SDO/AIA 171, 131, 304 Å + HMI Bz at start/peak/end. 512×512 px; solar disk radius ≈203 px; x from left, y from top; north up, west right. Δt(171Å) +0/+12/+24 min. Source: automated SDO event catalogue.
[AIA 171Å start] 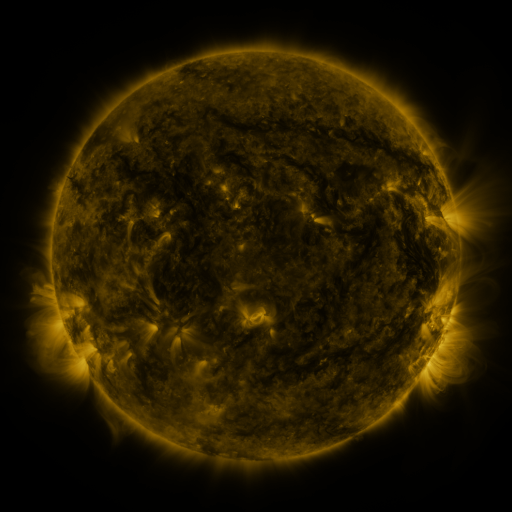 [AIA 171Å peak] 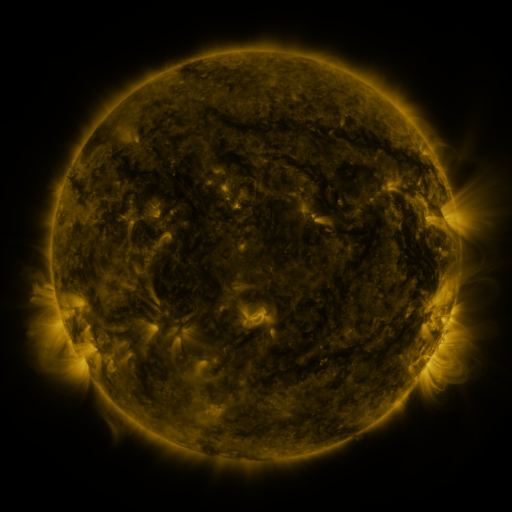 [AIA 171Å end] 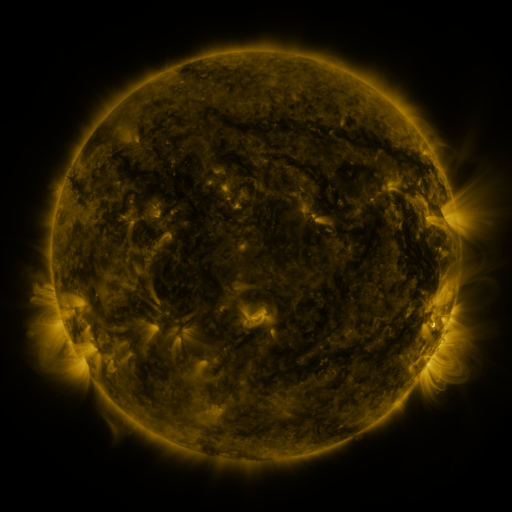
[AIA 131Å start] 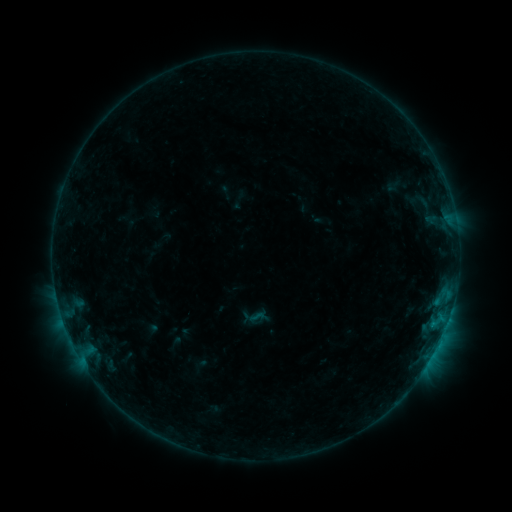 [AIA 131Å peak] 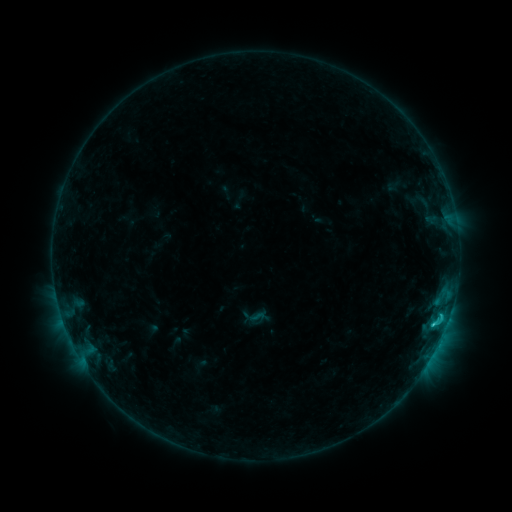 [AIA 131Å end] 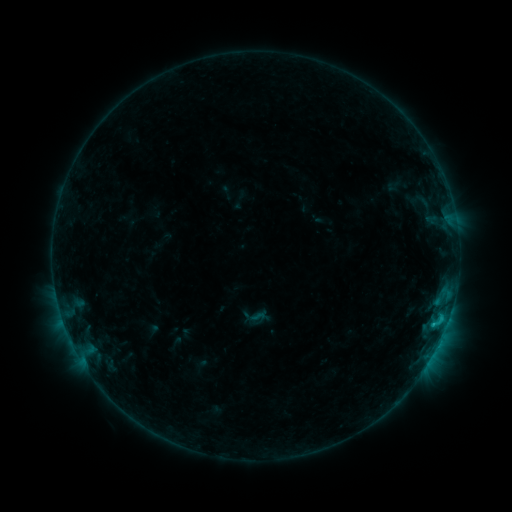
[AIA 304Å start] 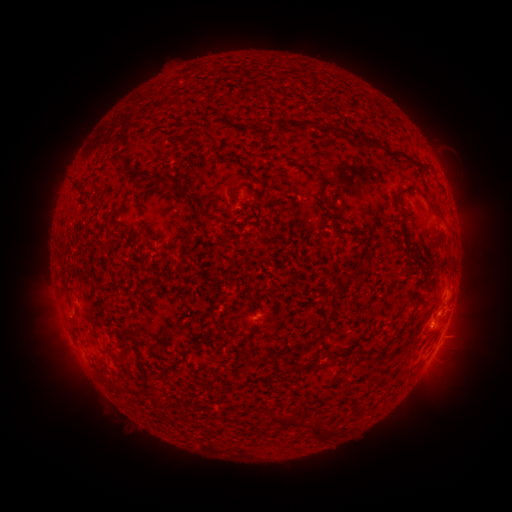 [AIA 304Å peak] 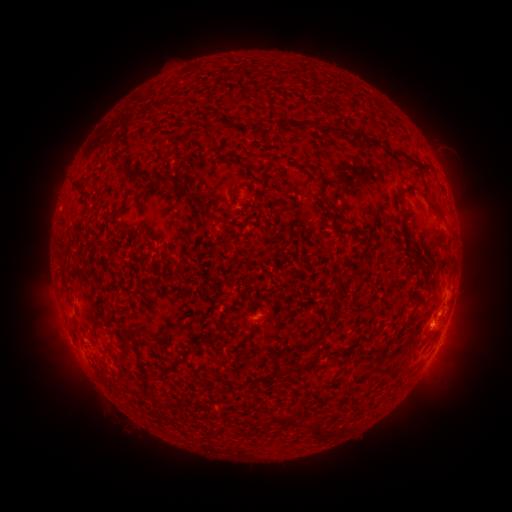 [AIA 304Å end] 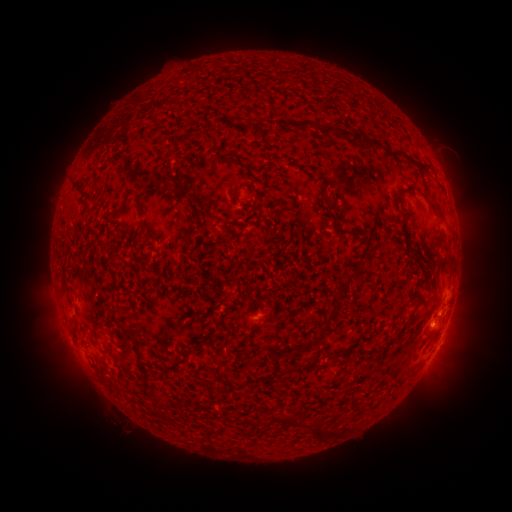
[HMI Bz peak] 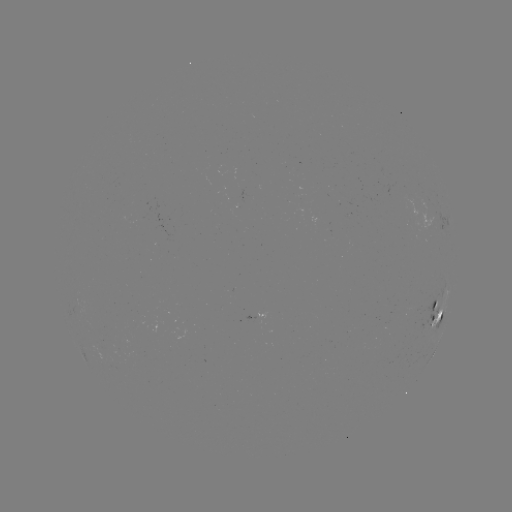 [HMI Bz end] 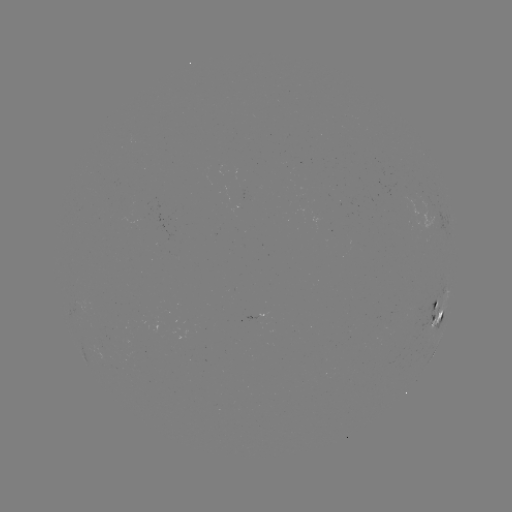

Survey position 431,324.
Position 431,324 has C1.3 flare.